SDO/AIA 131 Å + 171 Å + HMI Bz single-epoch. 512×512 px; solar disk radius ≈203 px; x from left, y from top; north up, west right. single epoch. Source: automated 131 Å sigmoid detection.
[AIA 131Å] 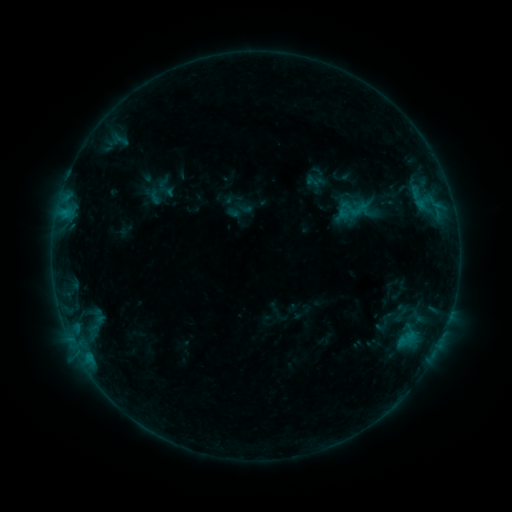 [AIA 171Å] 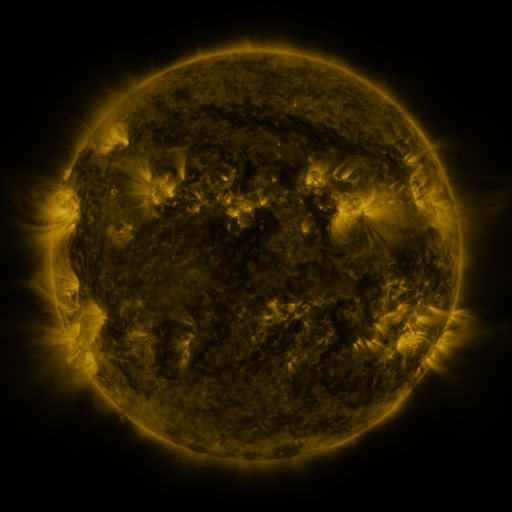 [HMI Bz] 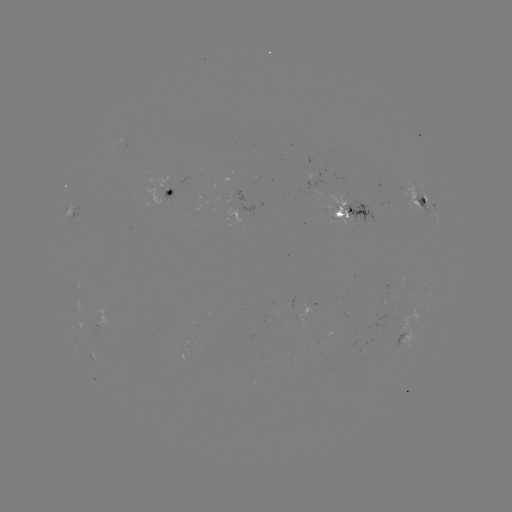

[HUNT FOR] sigmoid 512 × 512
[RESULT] [358, 209]